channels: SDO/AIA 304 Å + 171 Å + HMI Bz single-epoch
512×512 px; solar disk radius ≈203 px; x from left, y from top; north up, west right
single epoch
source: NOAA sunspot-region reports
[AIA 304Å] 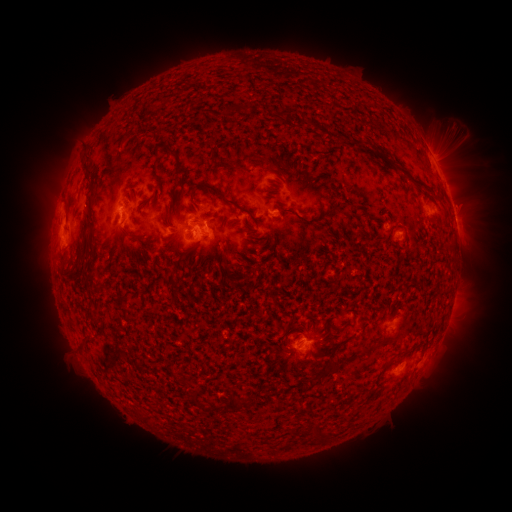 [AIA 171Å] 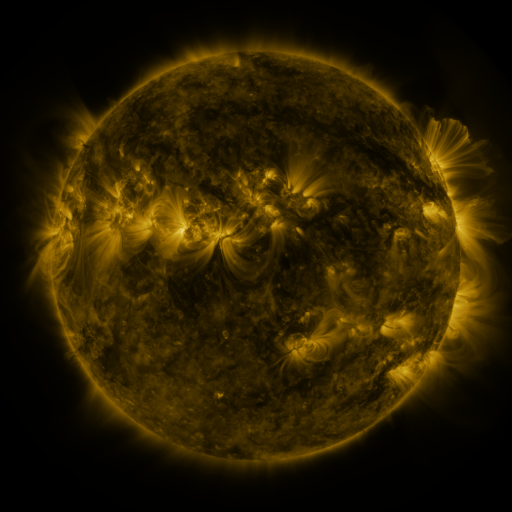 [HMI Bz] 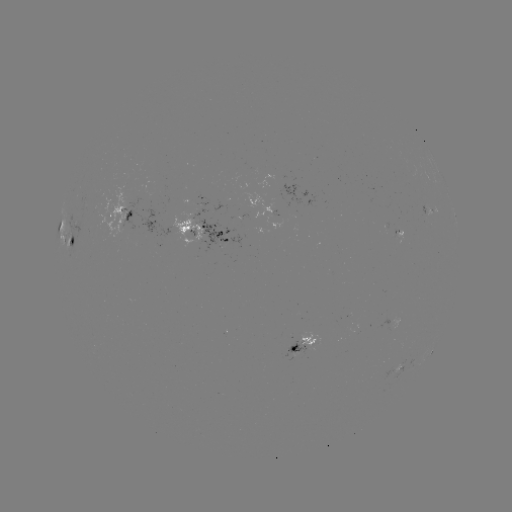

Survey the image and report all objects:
spotted active region: (433, 157)
spotted active region: (291, 186)
spotted active region: (454, 210)
spotted active region: (276, 214)
spotted active region: (121, 216)
spotted active region: (207, 238)
spotted active region: (70, 249)
spotted active region: (305, 345)
spotted active region: (435, 345)
spotted active region: (401, 363)
